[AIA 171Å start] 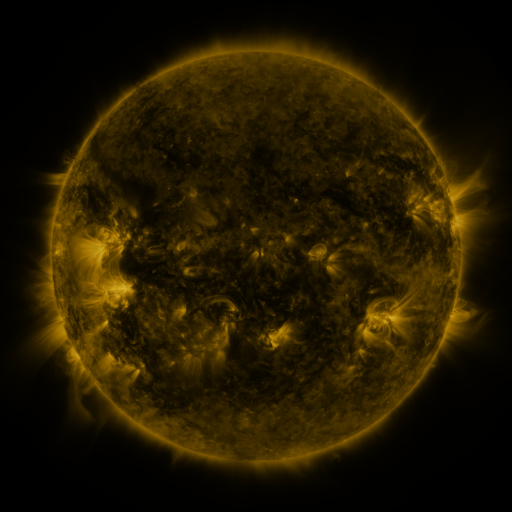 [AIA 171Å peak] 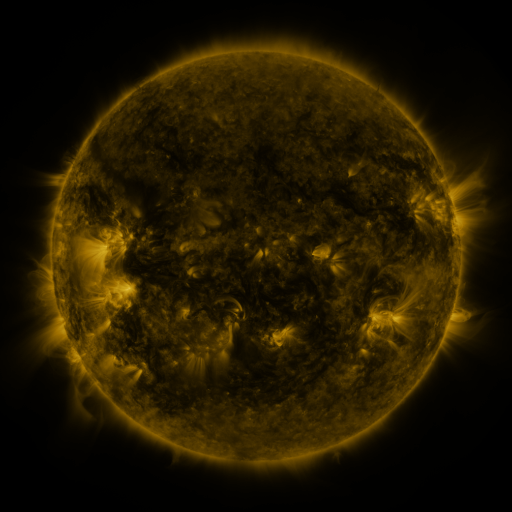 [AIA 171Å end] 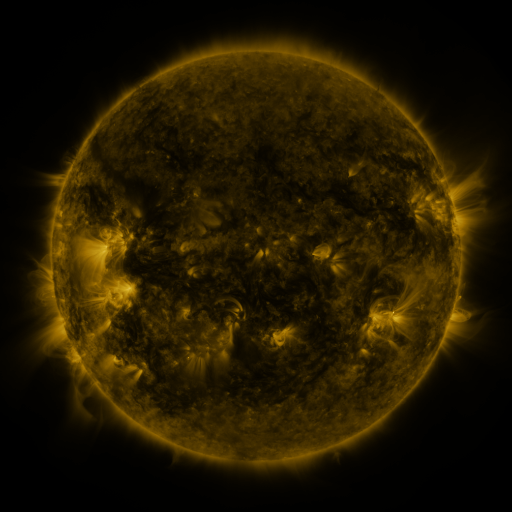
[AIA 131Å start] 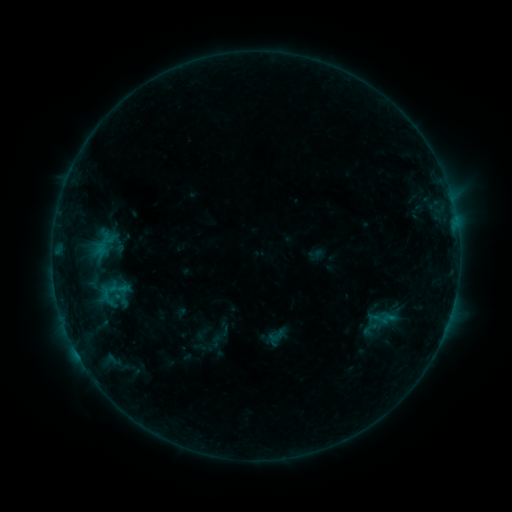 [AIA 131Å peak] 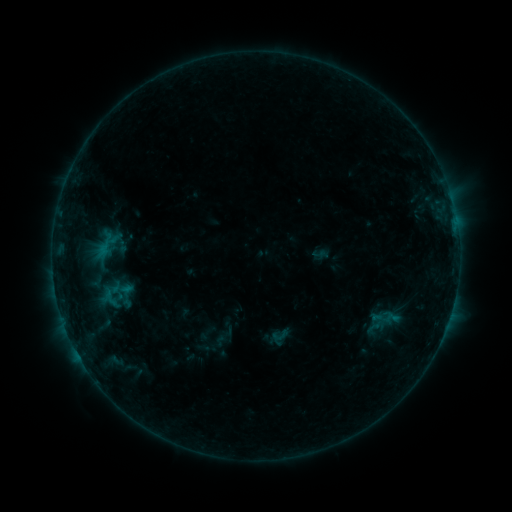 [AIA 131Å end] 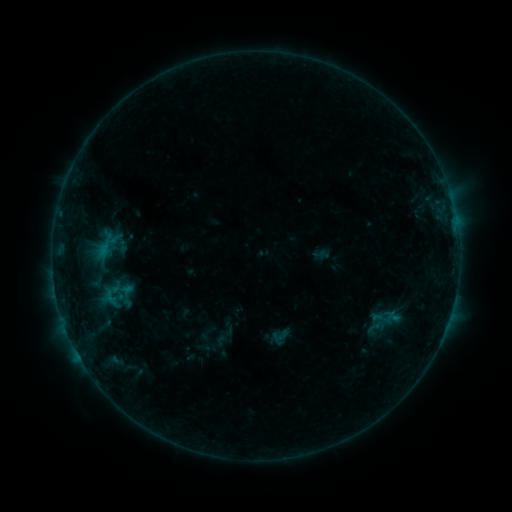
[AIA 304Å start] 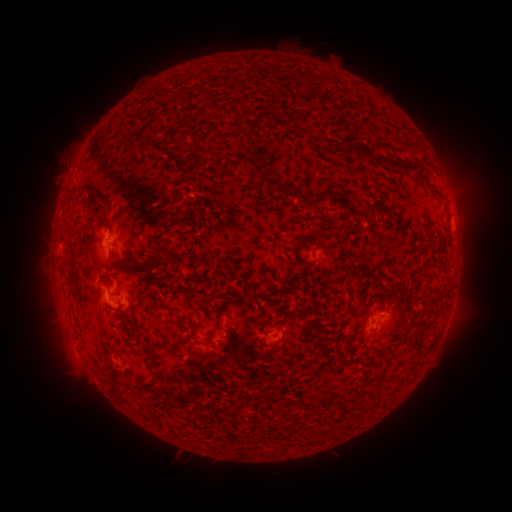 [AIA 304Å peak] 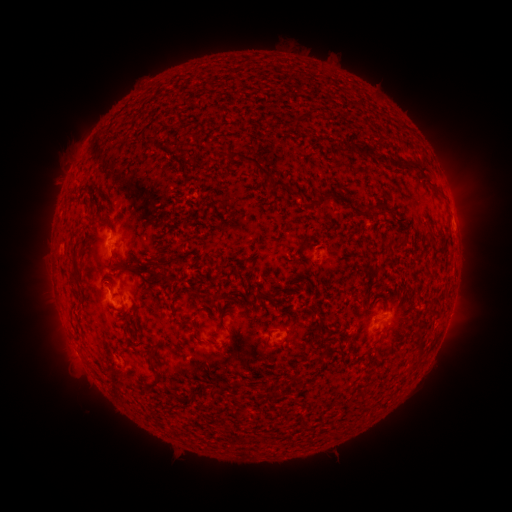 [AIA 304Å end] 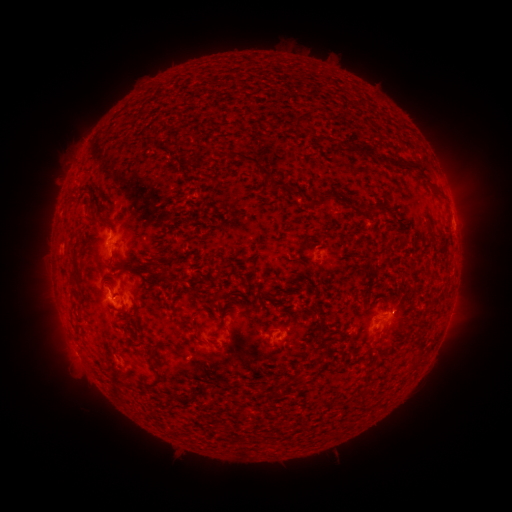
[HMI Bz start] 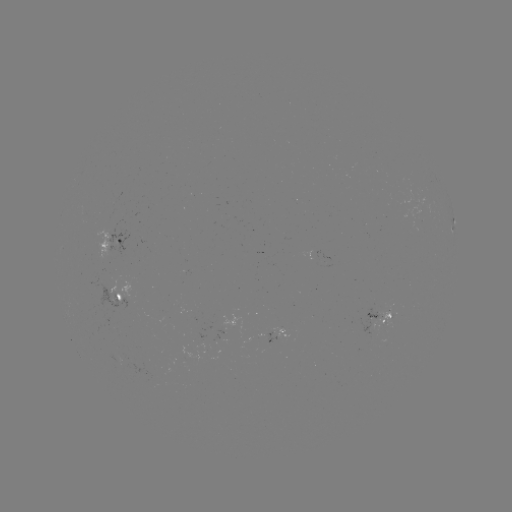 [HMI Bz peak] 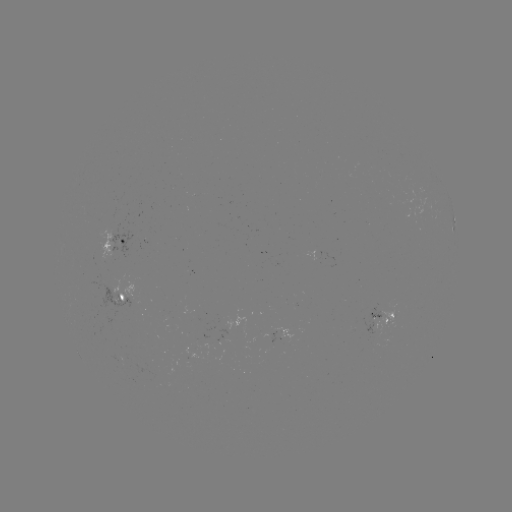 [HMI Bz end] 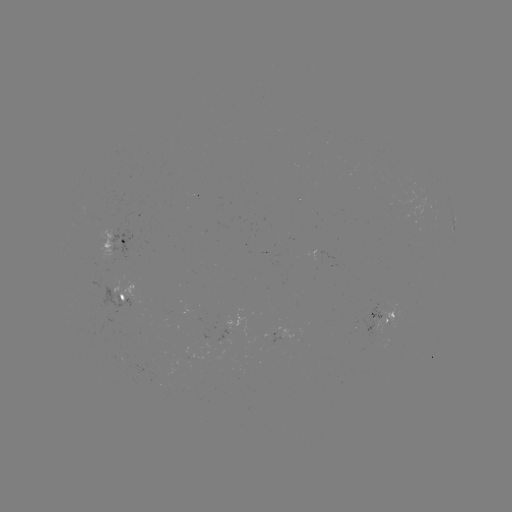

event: emerging-flux region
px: (377, 326)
